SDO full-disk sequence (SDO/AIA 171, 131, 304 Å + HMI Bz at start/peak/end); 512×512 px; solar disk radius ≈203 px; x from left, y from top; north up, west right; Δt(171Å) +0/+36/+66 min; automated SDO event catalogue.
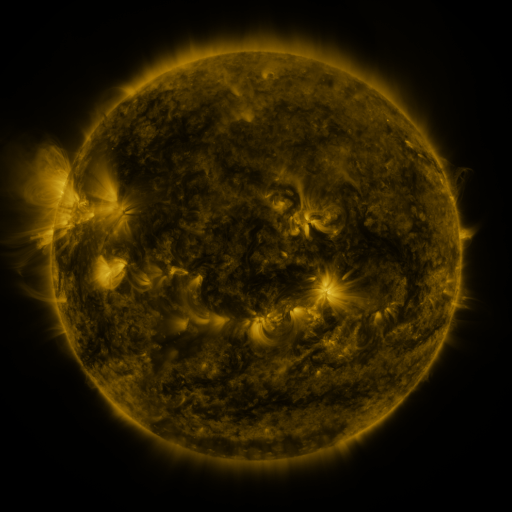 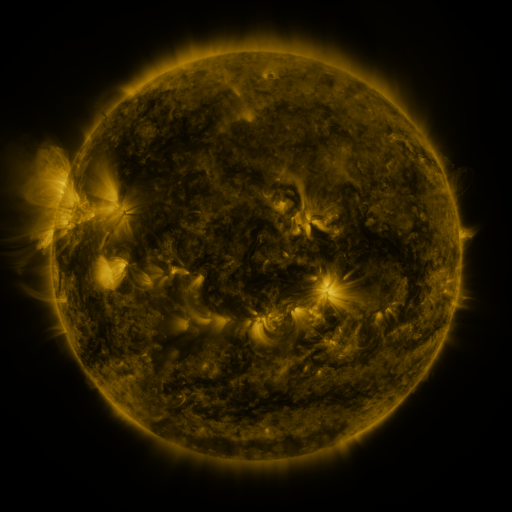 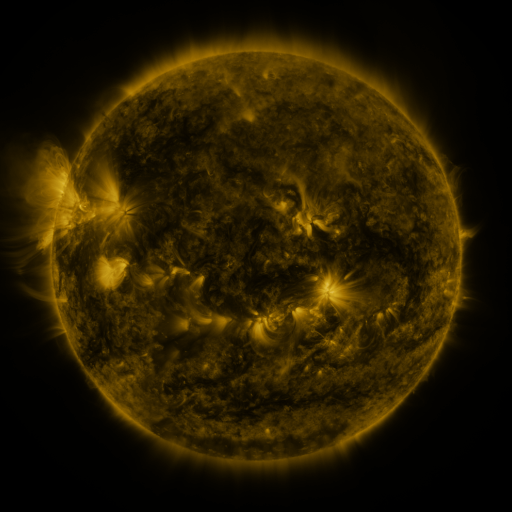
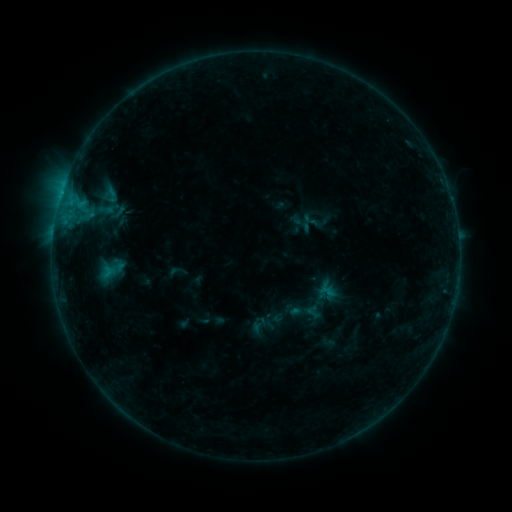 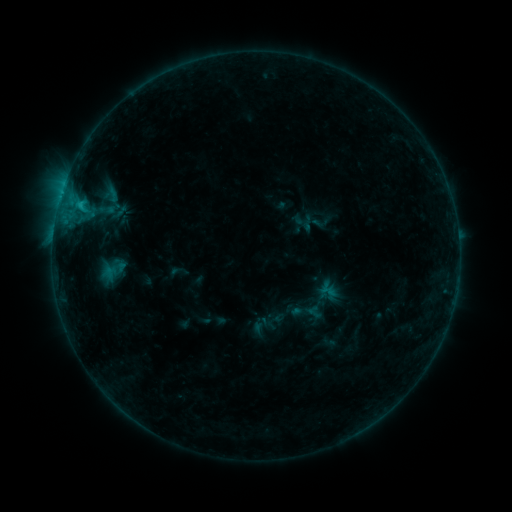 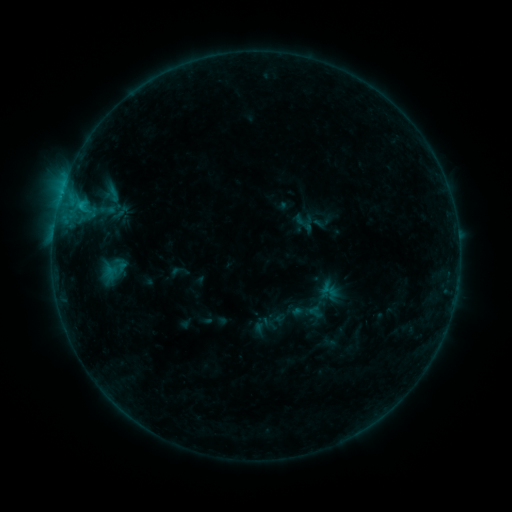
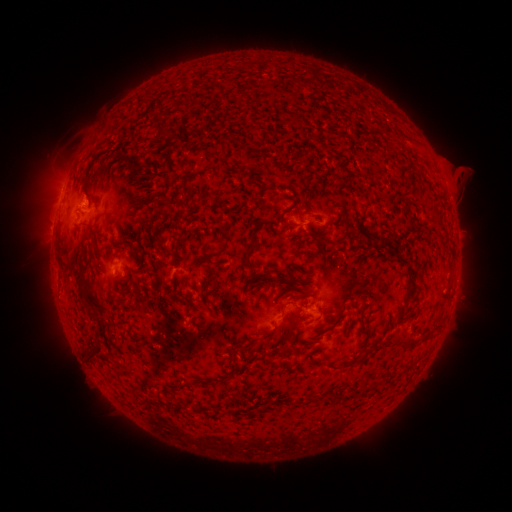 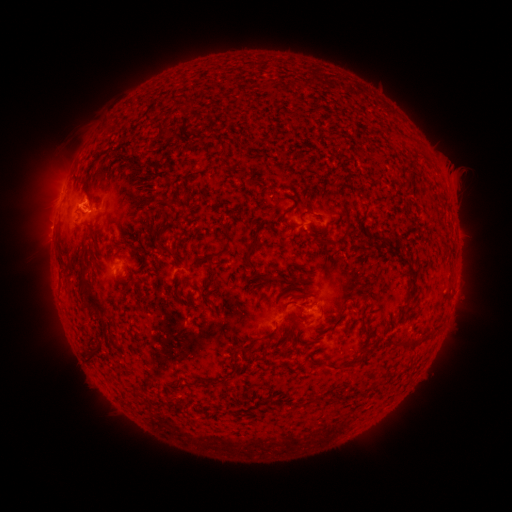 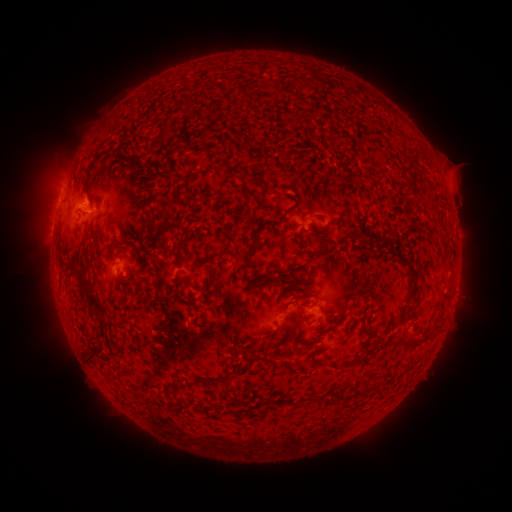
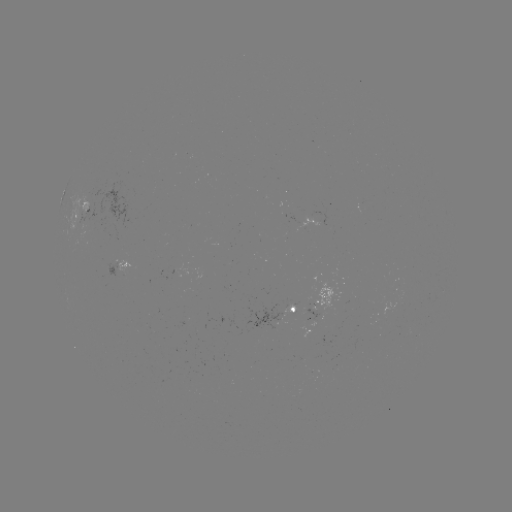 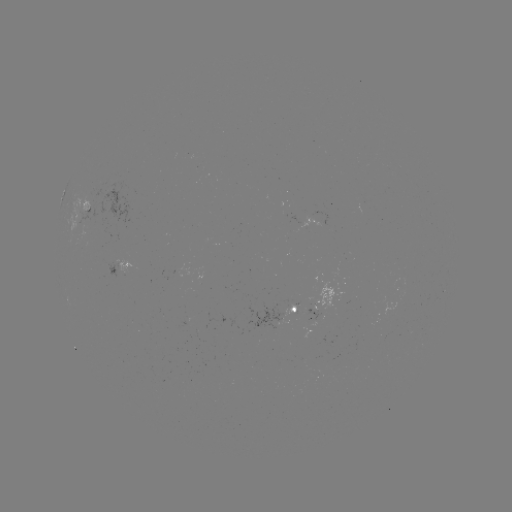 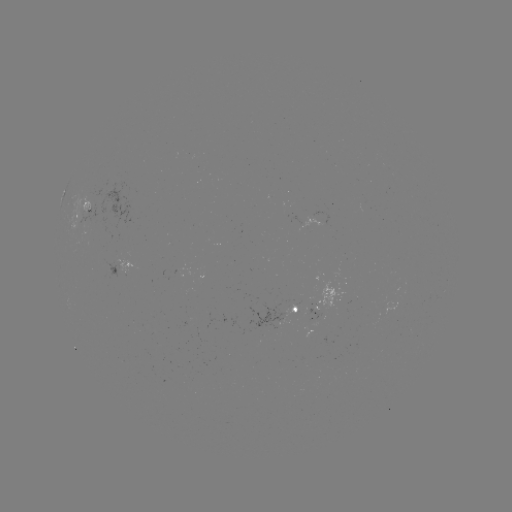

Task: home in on B7.7 flare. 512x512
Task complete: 79,206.